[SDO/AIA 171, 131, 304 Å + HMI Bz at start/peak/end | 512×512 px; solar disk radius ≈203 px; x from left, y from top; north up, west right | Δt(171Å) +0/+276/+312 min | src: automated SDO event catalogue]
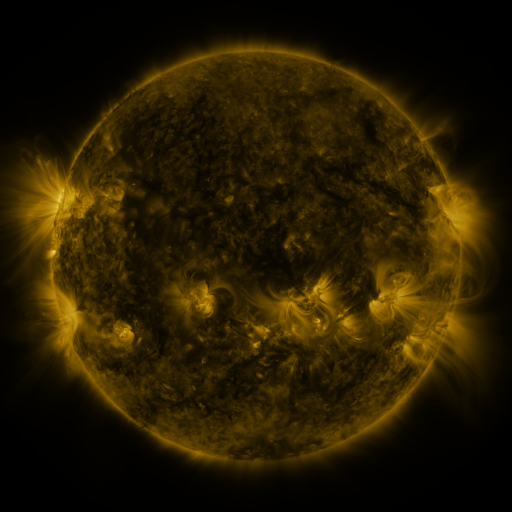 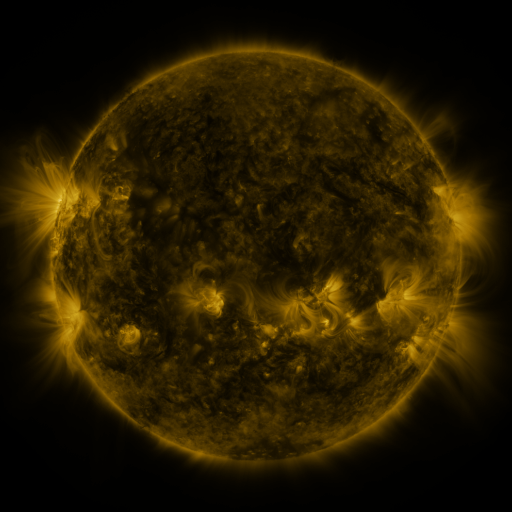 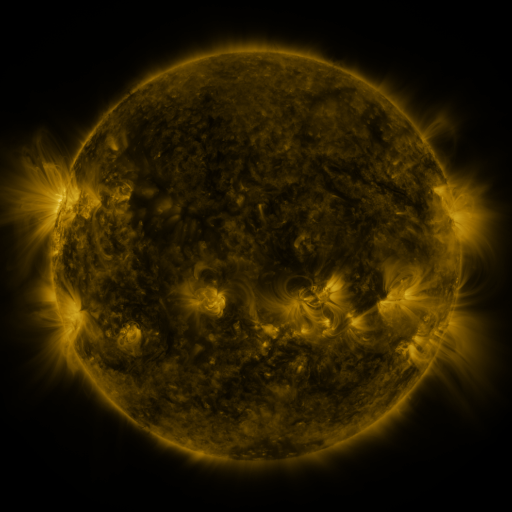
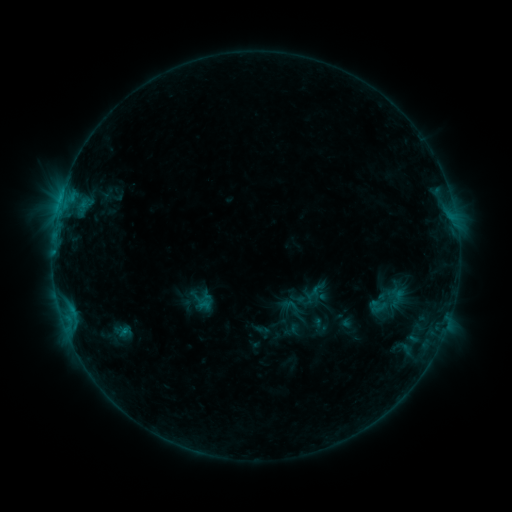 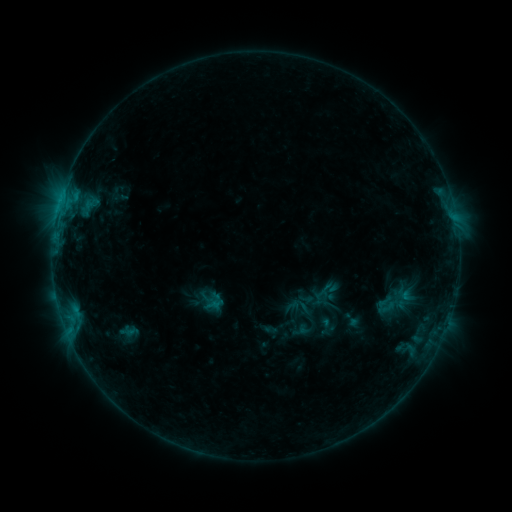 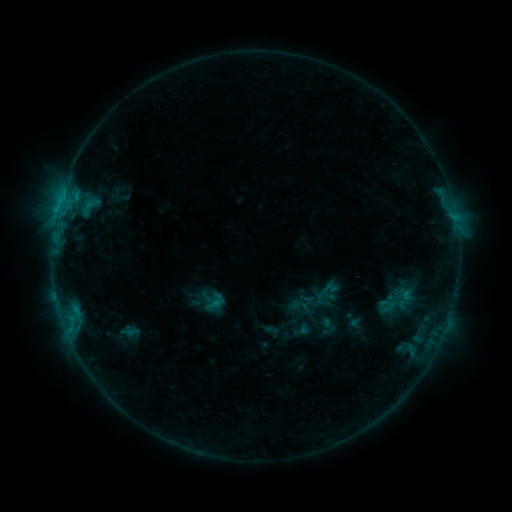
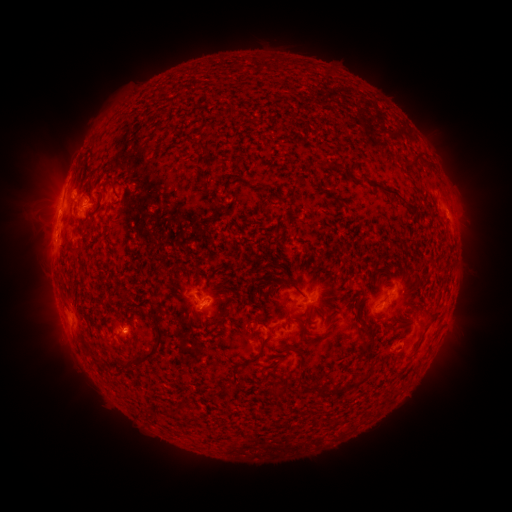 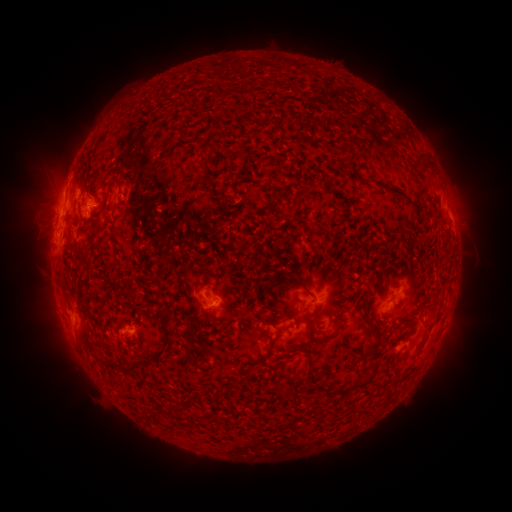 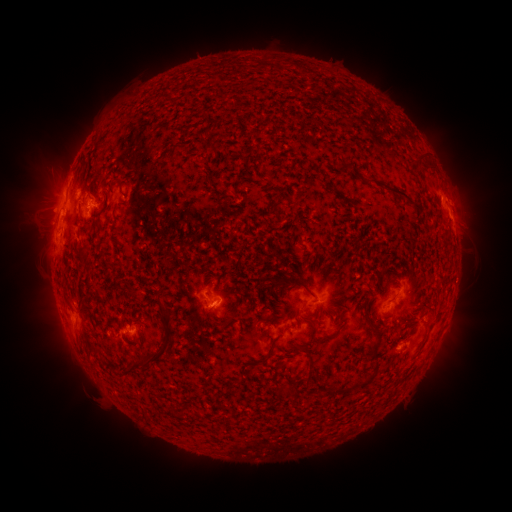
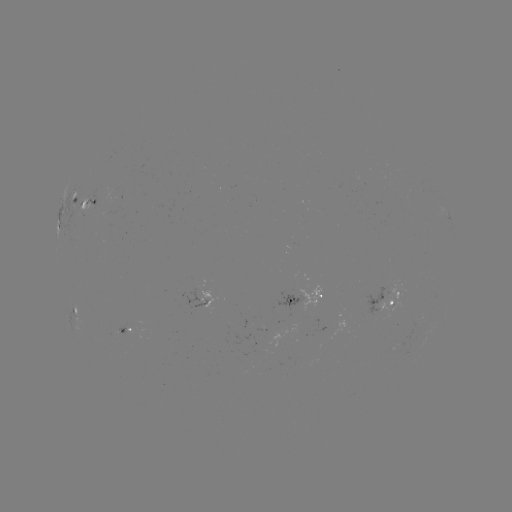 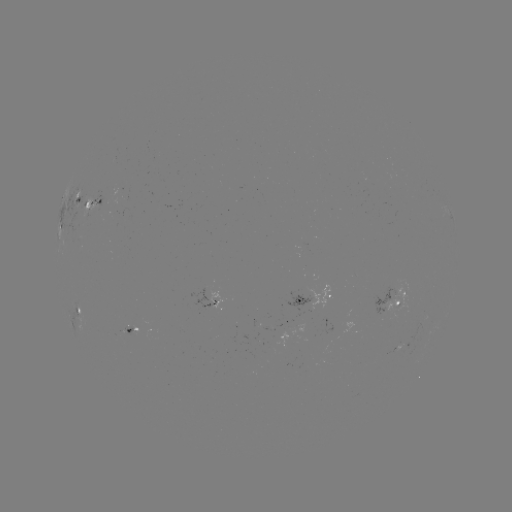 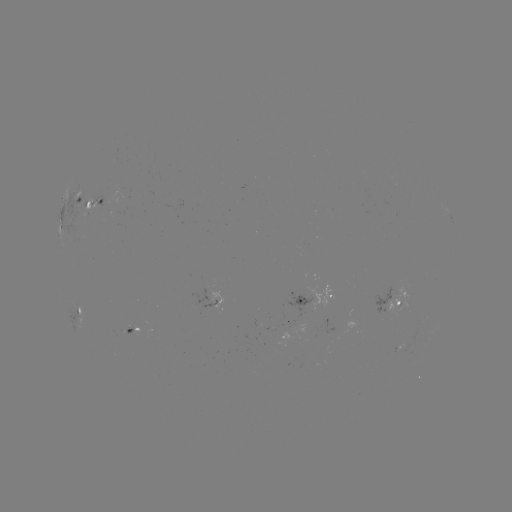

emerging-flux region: [121, 326, 134, 335]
